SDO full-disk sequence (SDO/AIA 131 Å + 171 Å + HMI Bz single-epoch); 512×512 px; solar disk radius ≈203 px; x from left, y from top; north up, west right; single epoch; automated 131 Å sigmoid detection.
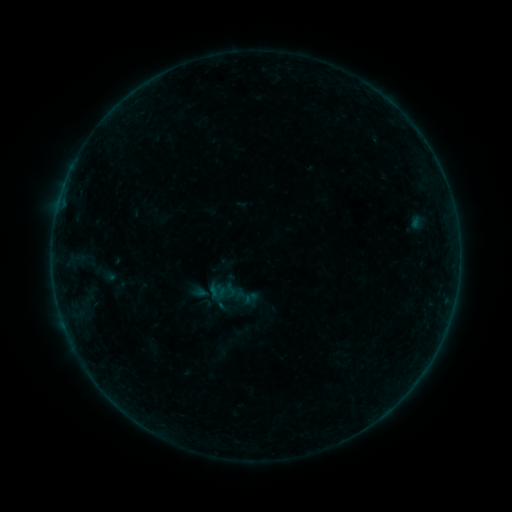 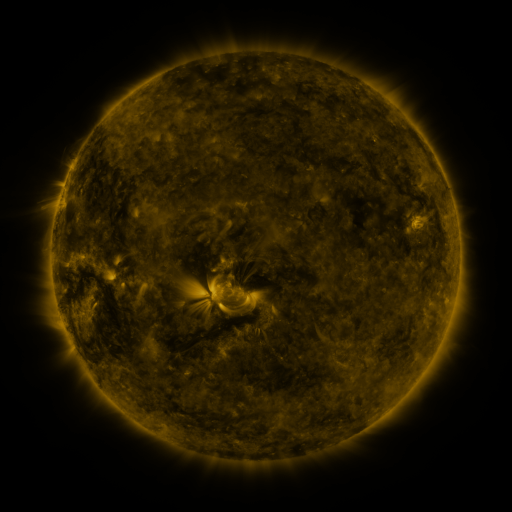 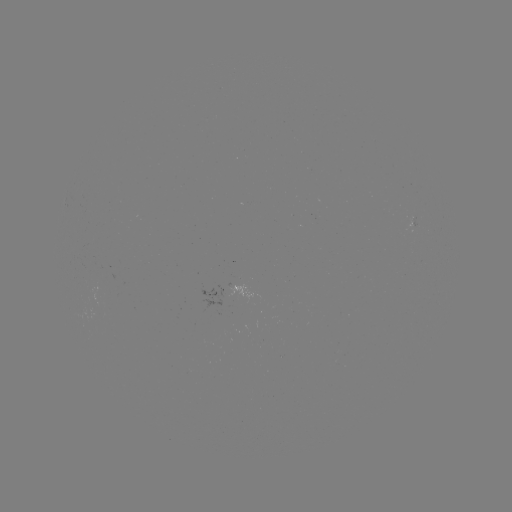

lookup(sigmoid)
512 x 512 230,290